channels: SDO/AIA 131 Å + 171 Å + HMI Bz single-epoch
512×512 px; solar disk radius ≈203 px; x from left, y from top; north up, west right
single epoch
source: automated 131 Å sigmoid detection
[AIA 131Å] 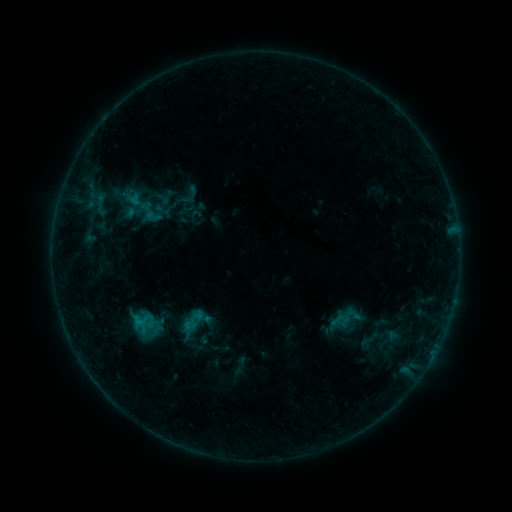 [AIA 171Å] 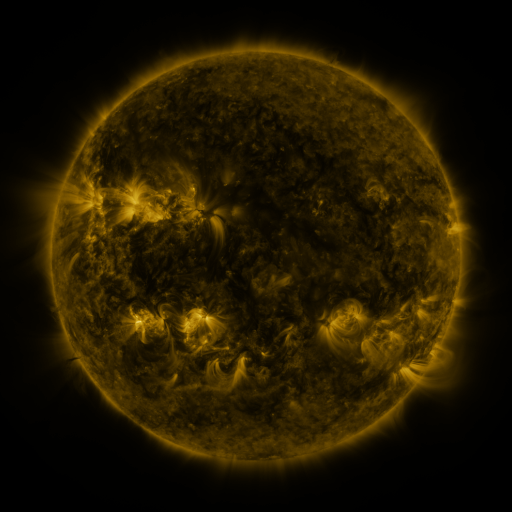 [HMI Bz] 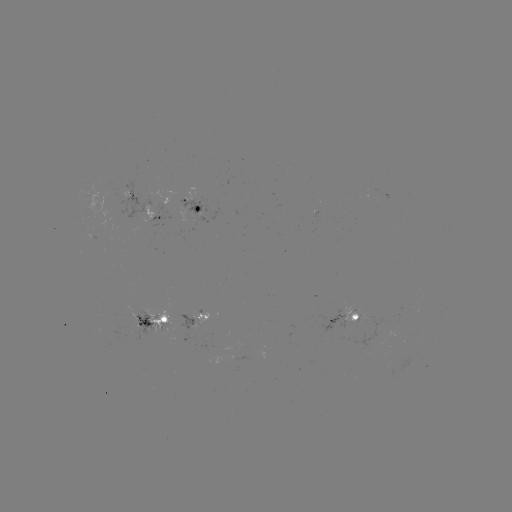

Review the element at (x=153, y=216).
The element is sigmoid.